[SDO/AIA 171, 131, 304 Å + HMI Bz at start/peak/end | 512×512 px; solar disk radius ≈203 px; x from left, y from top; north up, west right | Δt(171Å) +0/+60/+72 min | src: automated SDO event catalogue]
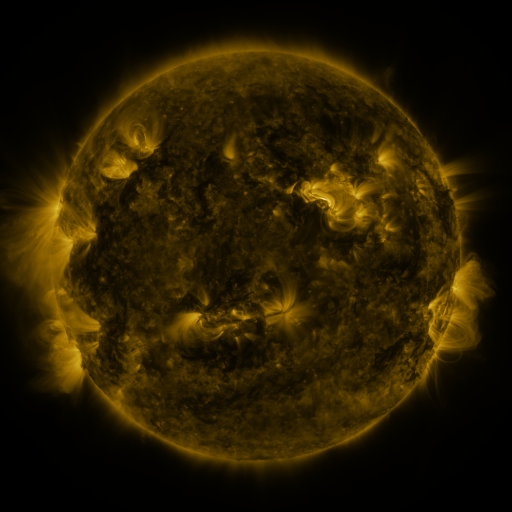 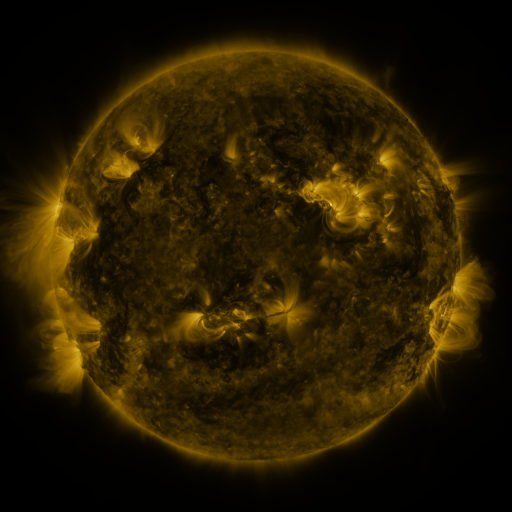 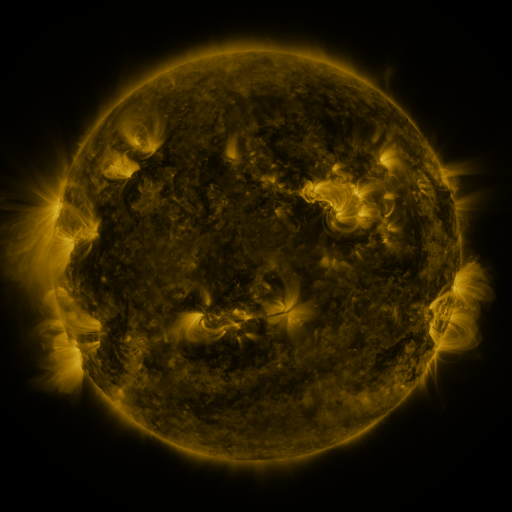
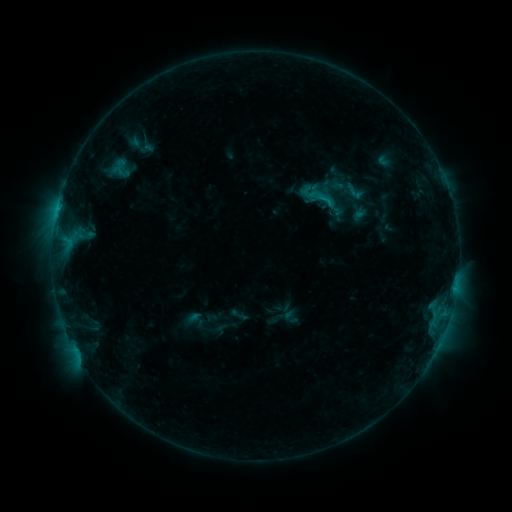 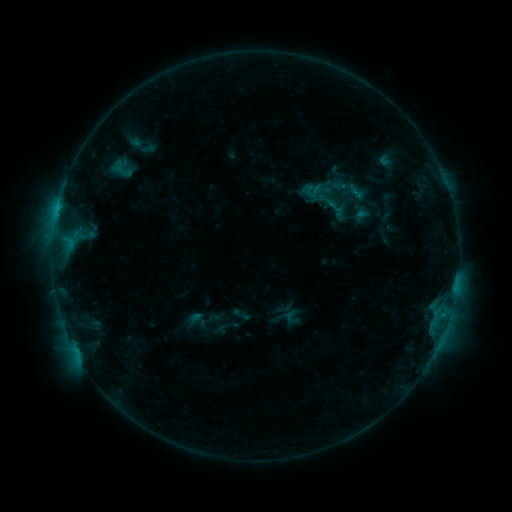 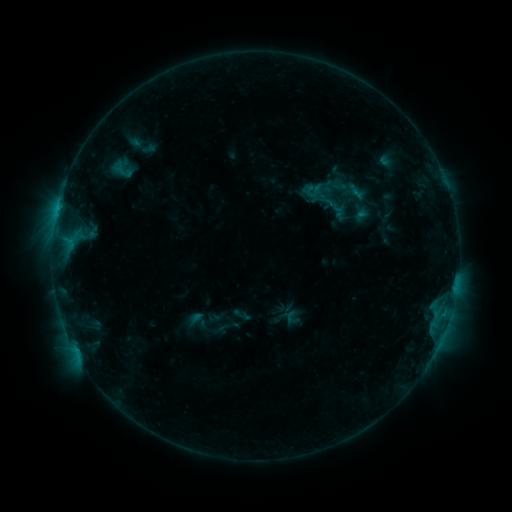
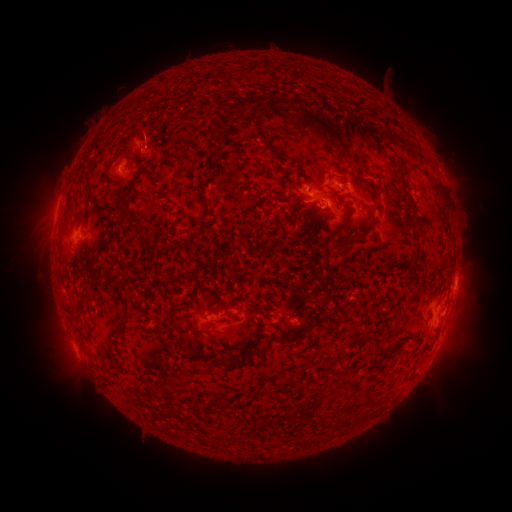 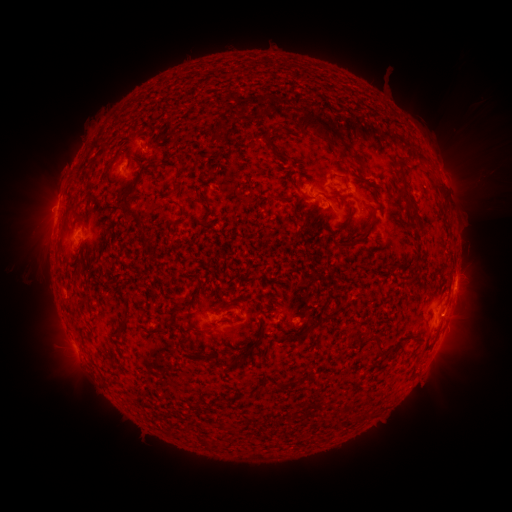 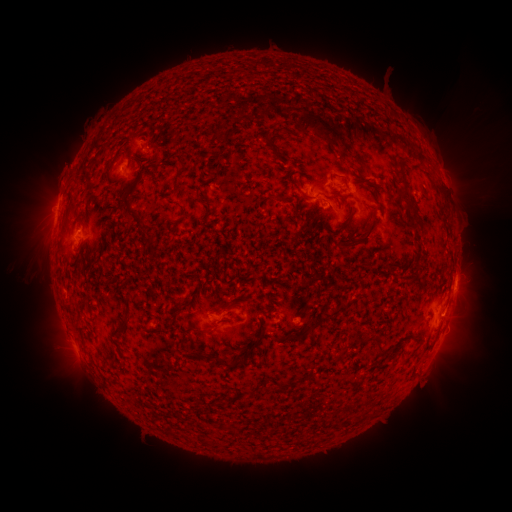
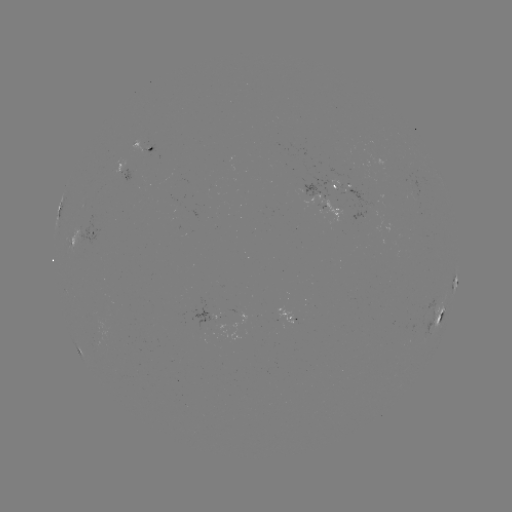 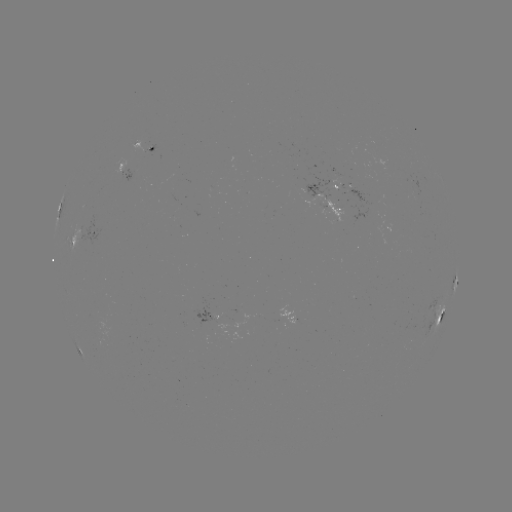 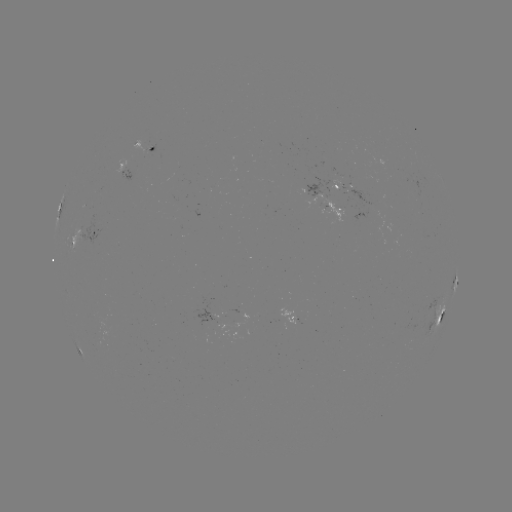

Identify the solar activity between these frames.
emerging-flux region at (338, 181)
